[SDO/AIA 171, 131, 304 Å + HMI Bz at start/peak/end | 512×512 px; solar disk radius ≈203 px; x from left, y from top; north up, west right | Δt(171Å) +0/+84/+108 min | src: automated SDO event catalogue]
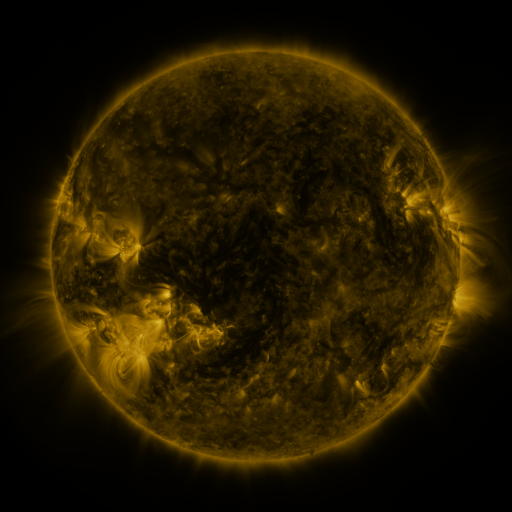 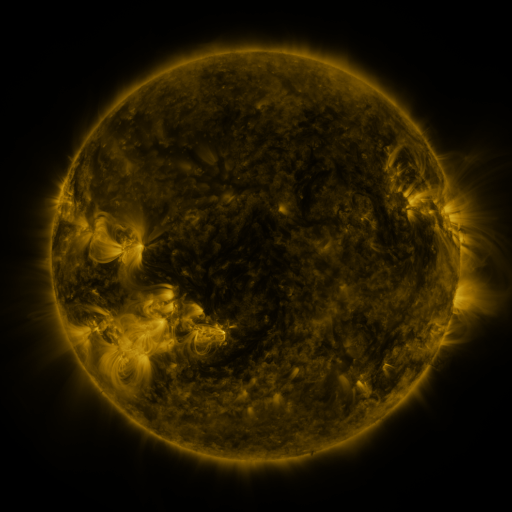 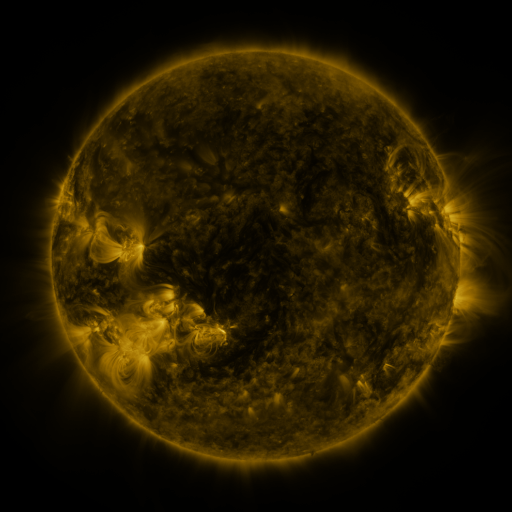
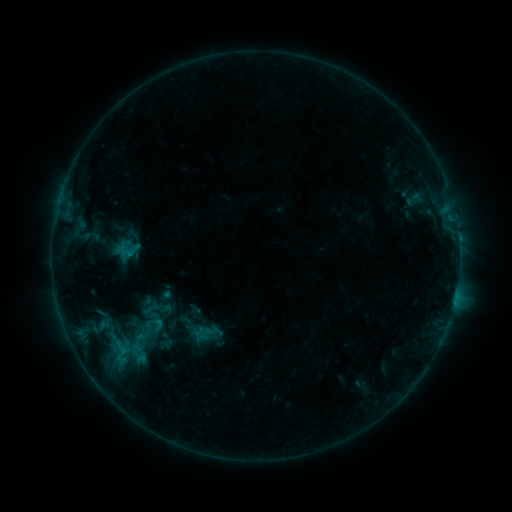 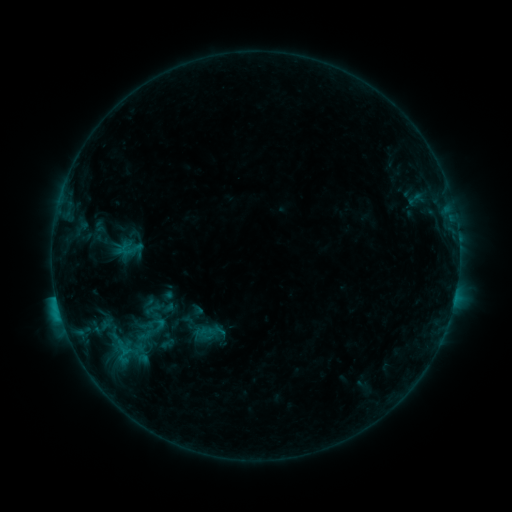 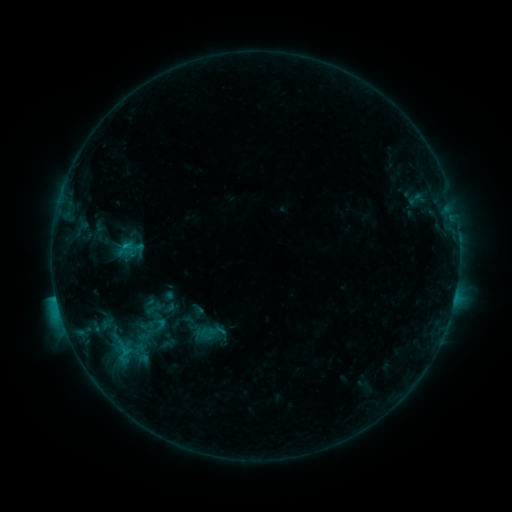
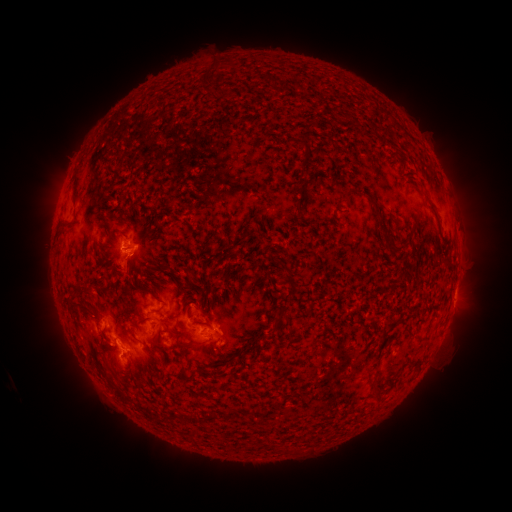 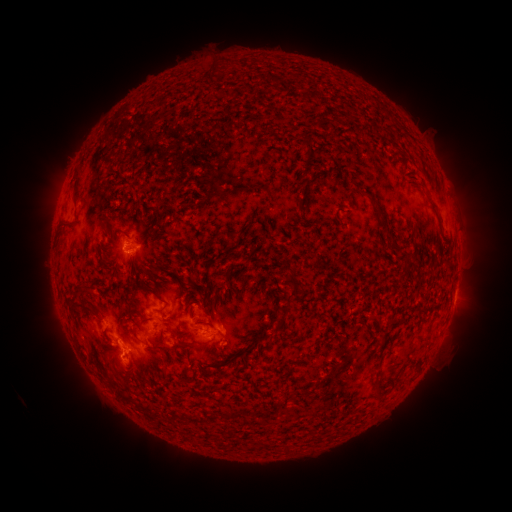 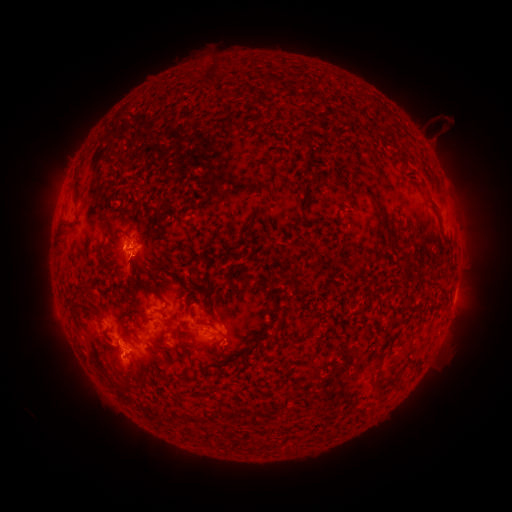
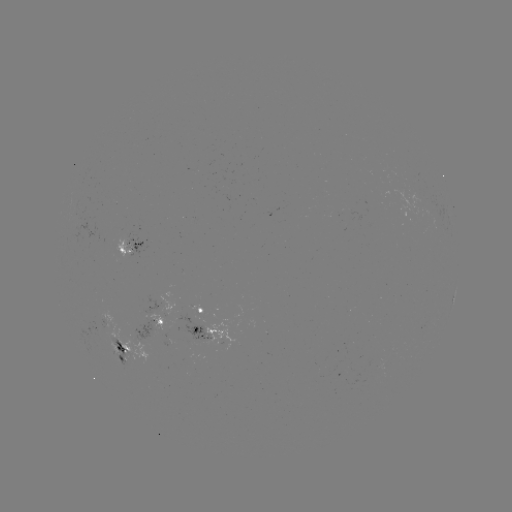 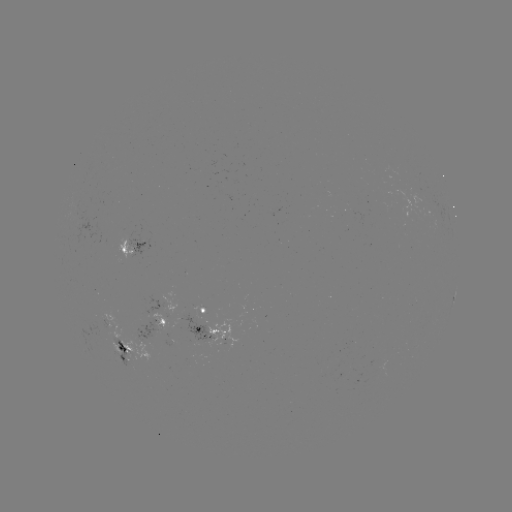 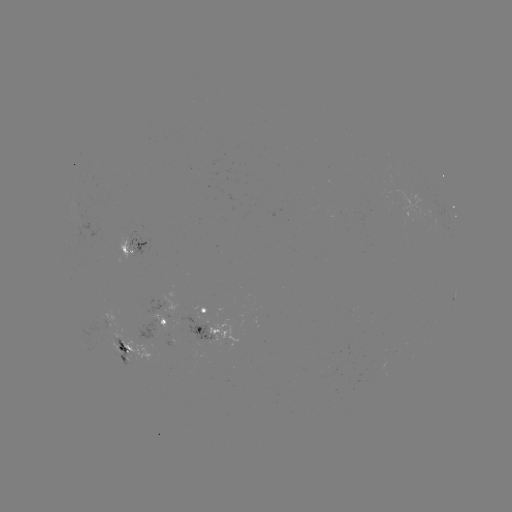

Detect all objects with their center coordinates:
emerging-flux region: (98, 328)
